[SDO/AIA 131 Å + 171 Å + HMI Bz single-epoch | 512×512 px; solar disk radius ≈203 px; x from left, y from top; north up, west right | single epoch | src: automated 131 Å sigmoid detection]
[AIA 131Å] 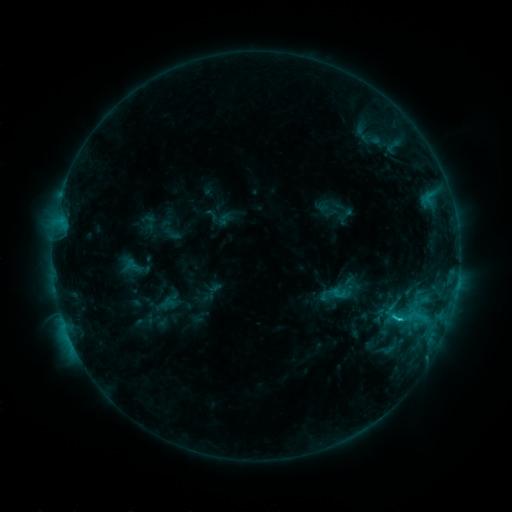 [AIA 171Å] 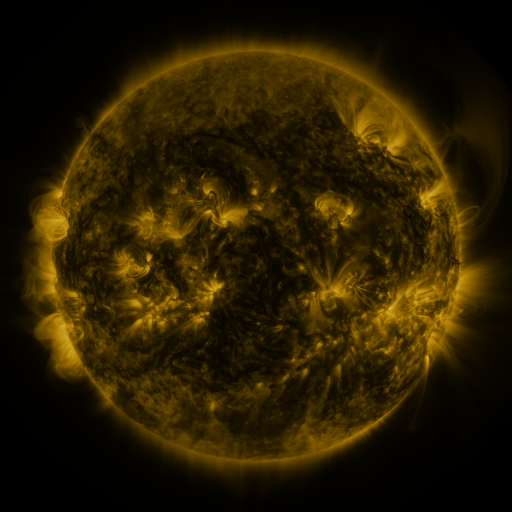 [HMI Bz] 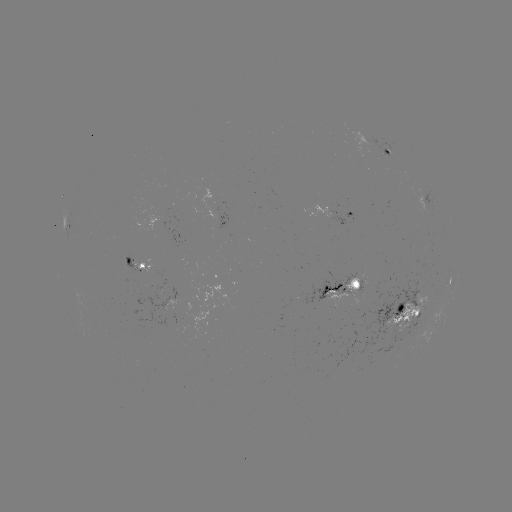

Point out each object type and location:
sigmoid: (338, 294)
sigmoid: (401, 318)
